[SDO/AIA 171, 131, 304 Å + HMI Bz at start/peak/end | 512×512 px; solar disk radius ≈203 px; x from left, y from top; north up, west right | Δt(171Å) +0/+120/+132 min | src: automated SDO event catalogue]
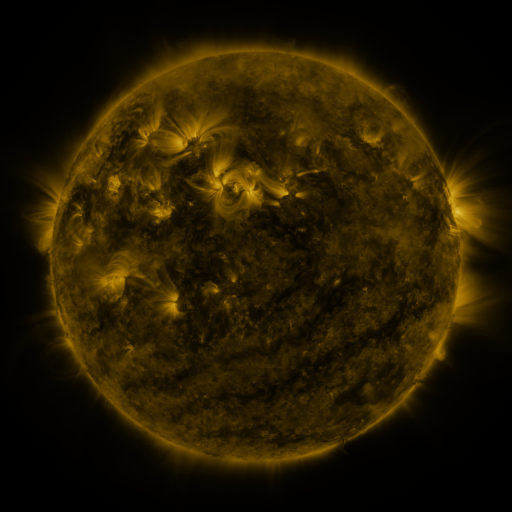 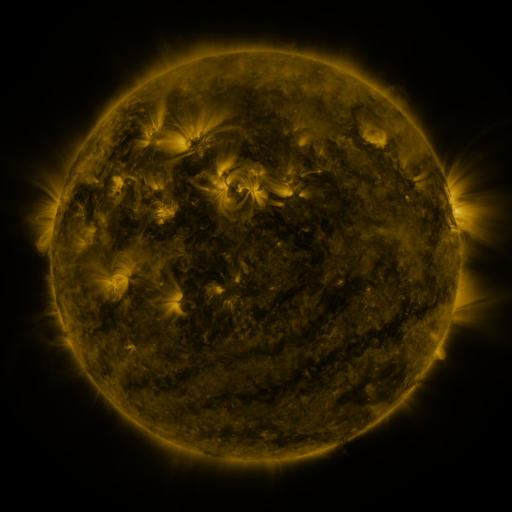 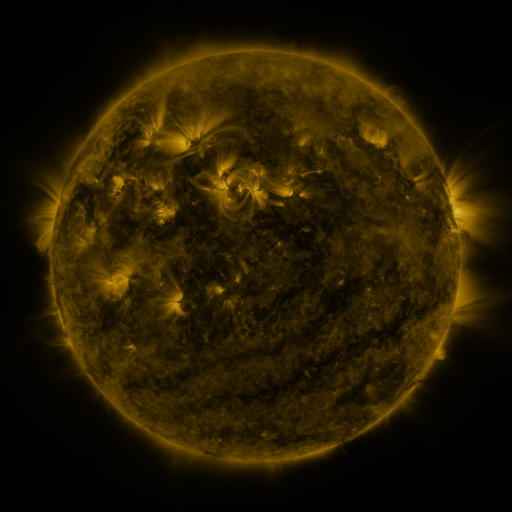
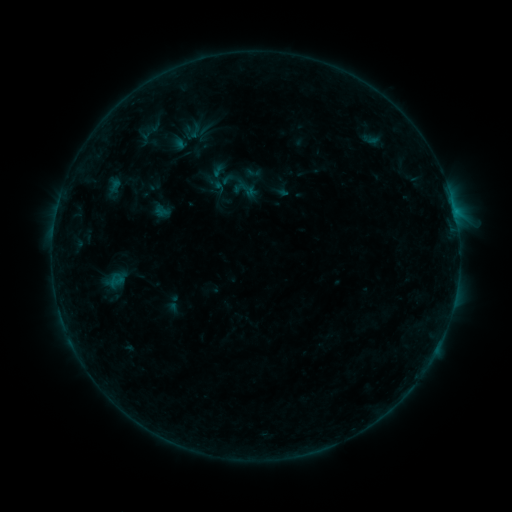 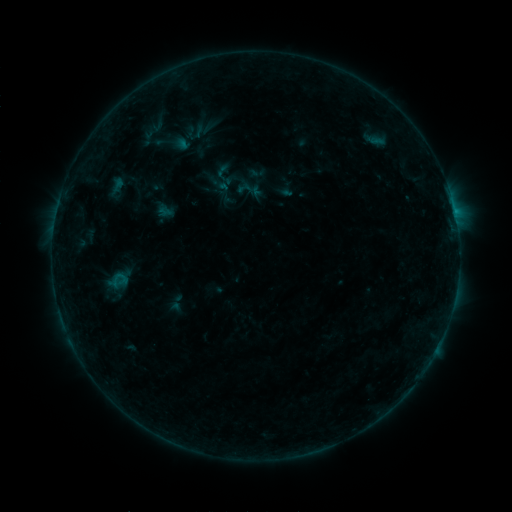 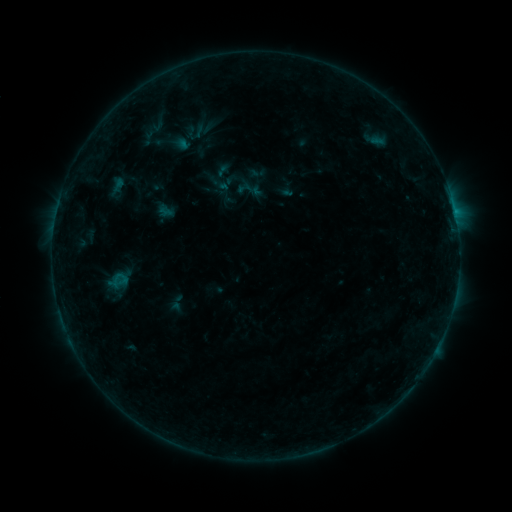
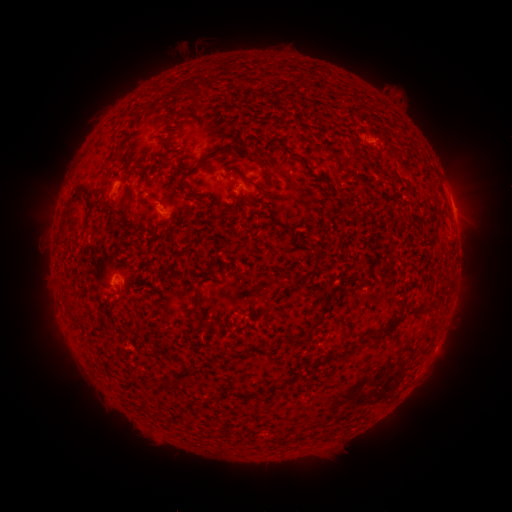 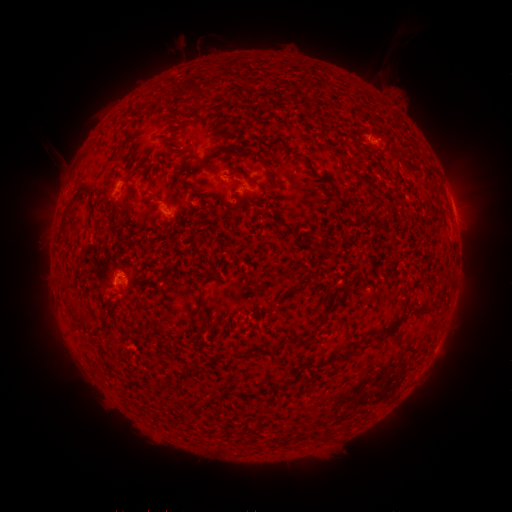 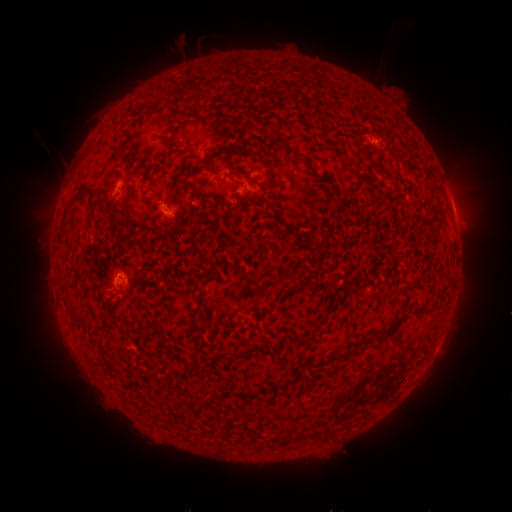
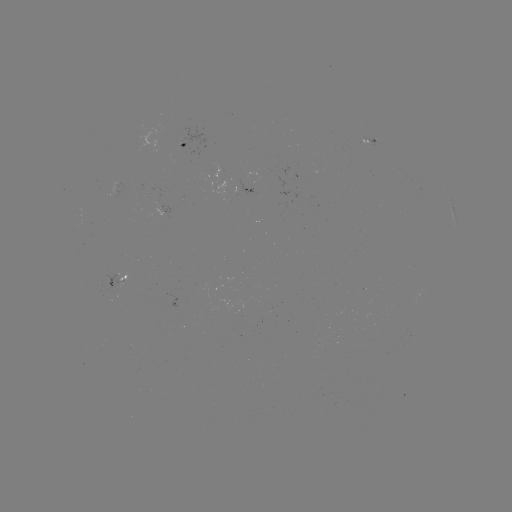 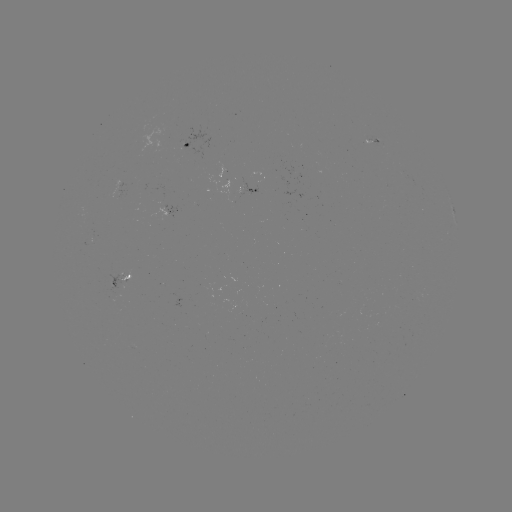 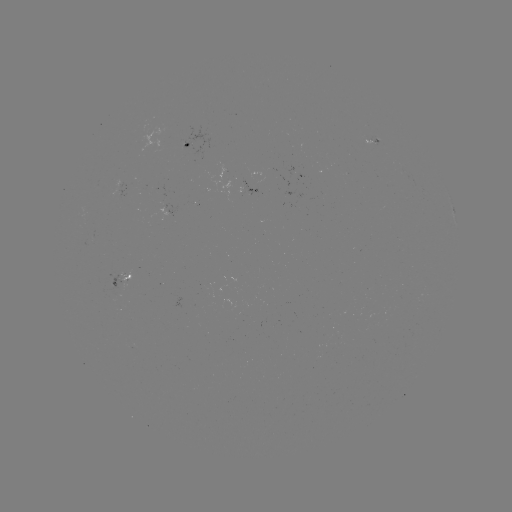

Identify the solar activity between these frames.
emerging-flux region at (167, 215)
